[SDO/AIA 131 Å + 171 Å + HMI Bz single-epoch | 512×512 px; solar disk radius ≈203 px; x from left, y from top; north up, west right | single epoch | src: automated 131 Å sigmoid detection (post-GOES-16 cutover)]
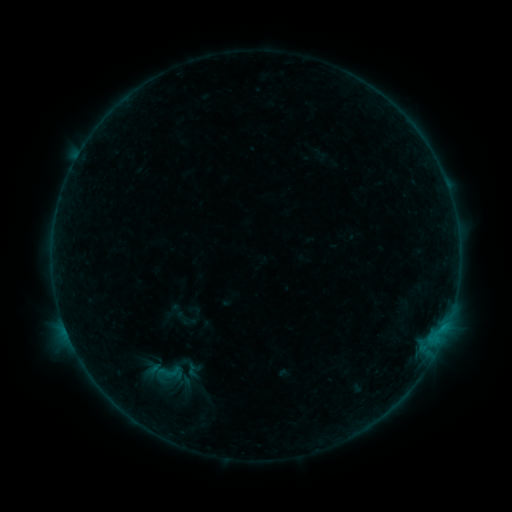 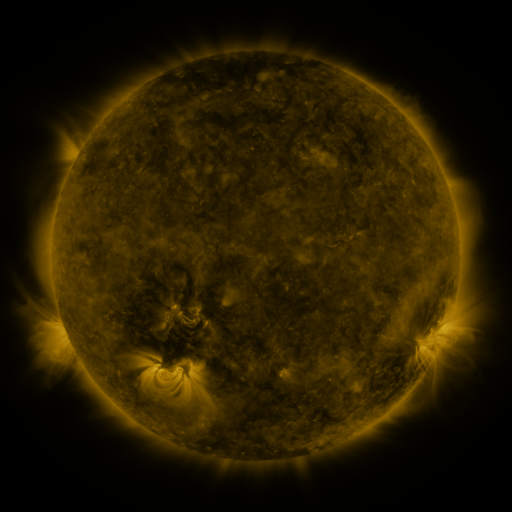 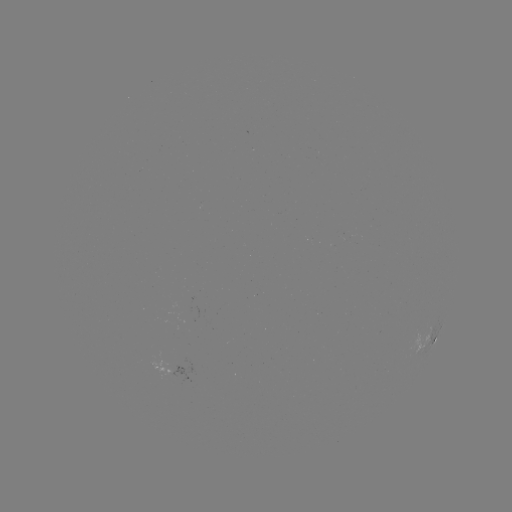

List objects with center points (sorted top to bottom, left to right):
sigmoid: (173, 308, 200, 331)
sigmoid: (147, 358, 189, 385)
